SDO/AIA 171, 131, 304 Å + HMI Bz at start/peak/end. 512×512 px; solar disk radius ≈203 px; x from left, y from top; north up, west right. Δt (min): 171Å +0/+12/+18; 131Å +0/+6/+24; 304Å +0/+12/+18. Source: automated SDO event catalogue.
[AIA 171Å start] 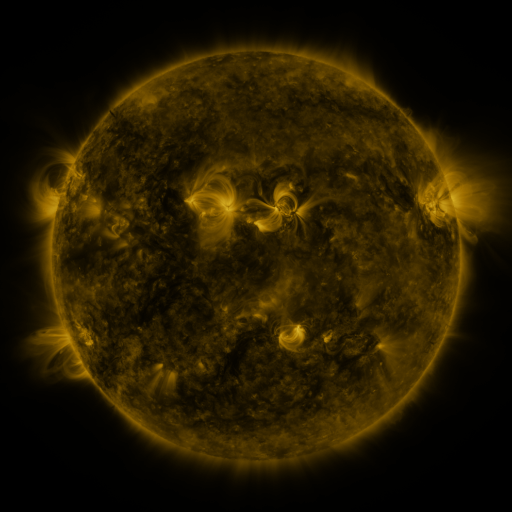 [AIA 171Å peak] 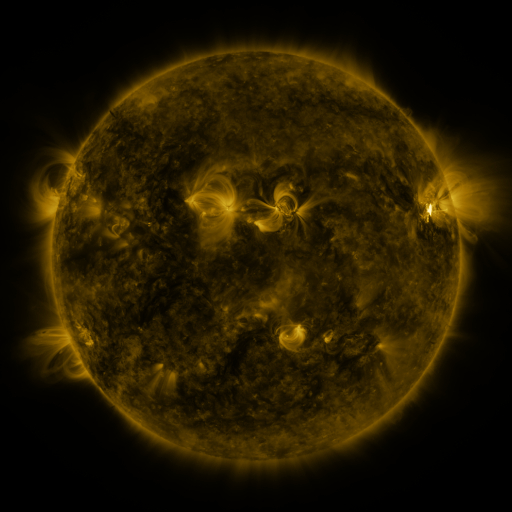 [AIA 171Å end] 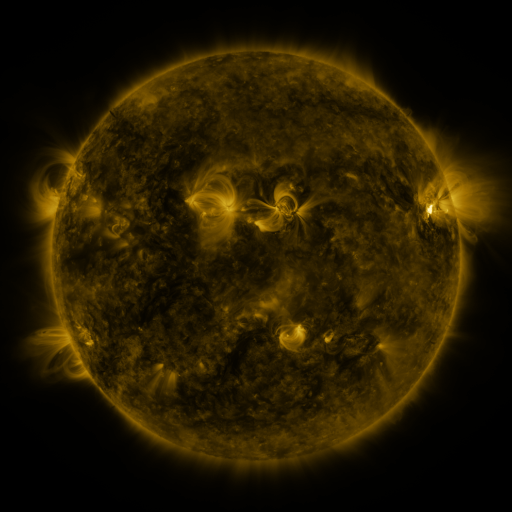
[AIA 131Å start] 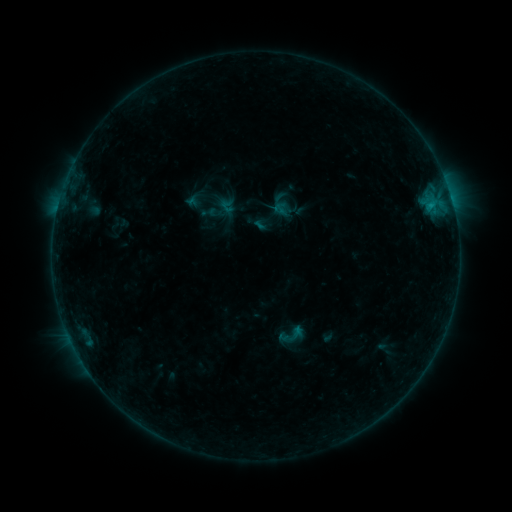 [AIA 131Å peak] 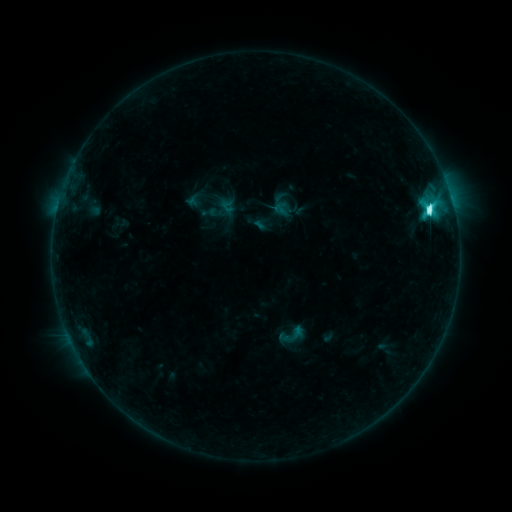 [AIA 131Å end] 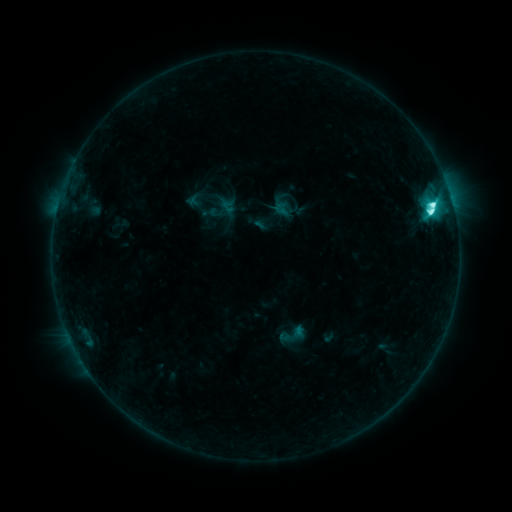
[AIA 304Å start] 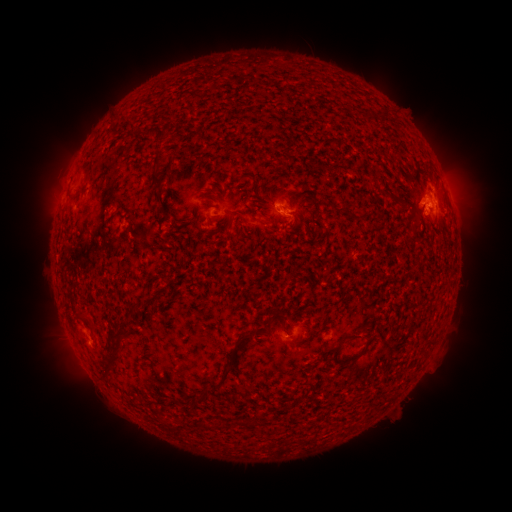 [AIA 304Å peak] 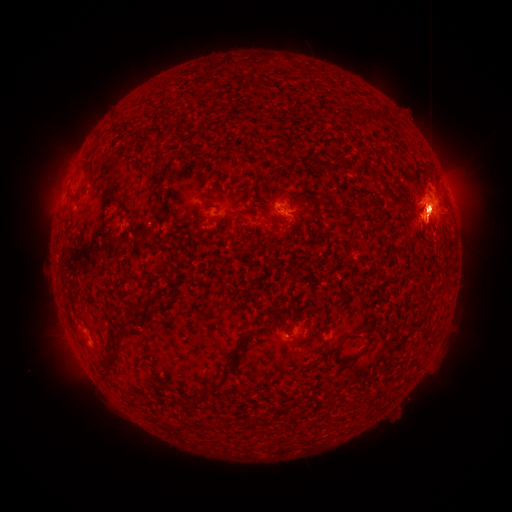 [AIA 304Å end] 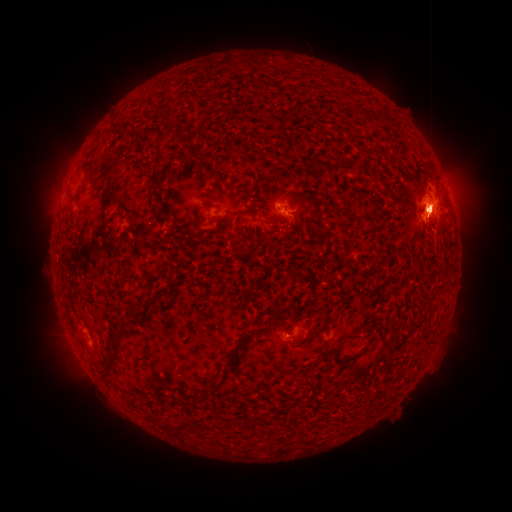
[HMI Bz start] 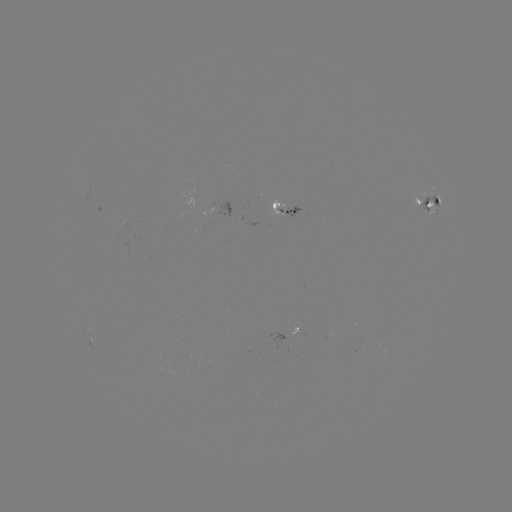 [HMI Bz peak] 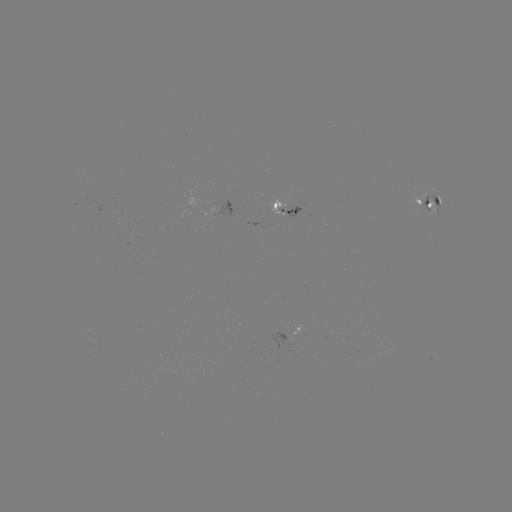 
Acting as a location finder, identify M3.5 flare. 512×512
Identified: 429,213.